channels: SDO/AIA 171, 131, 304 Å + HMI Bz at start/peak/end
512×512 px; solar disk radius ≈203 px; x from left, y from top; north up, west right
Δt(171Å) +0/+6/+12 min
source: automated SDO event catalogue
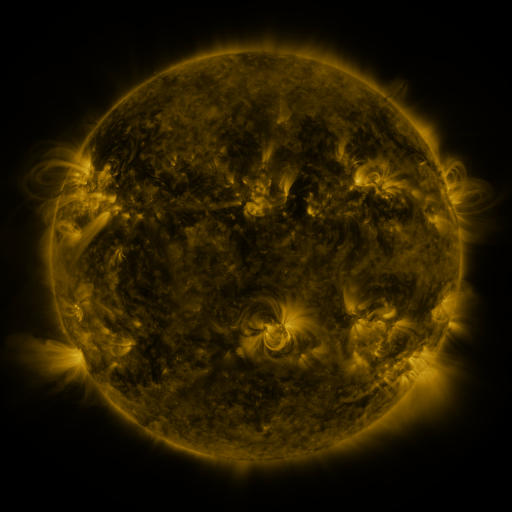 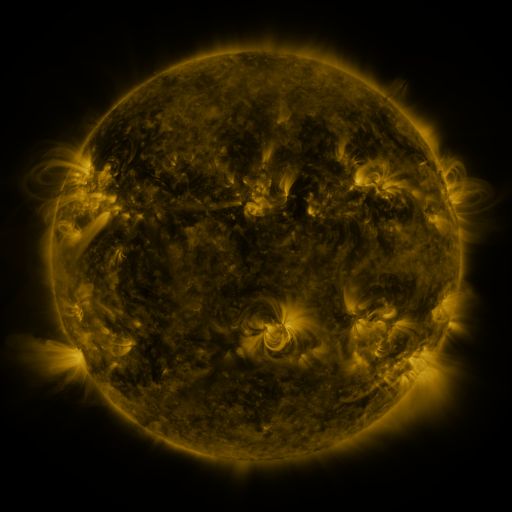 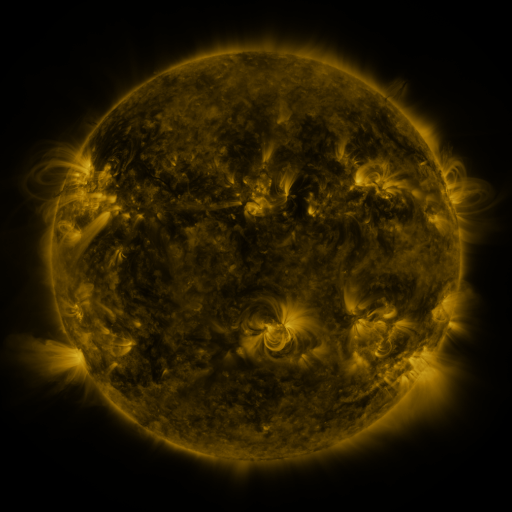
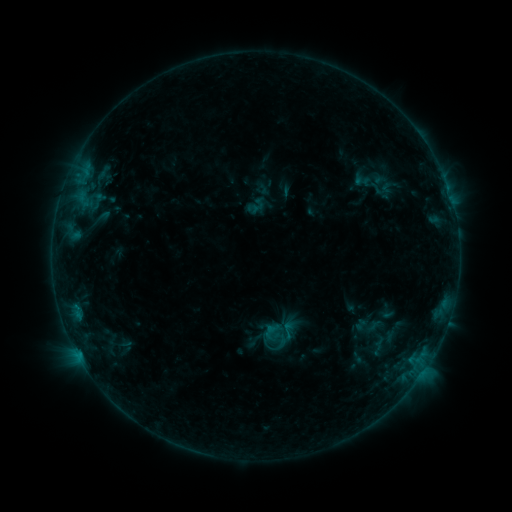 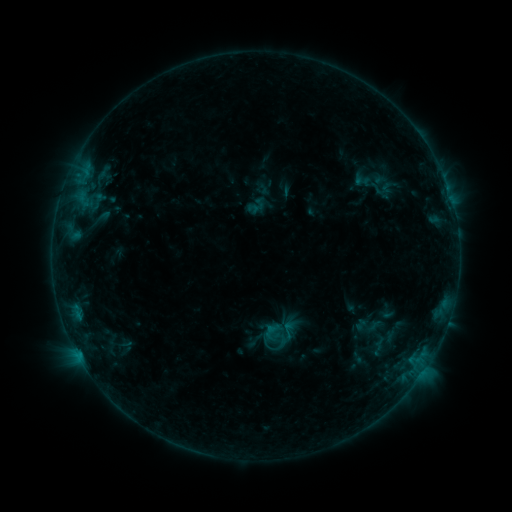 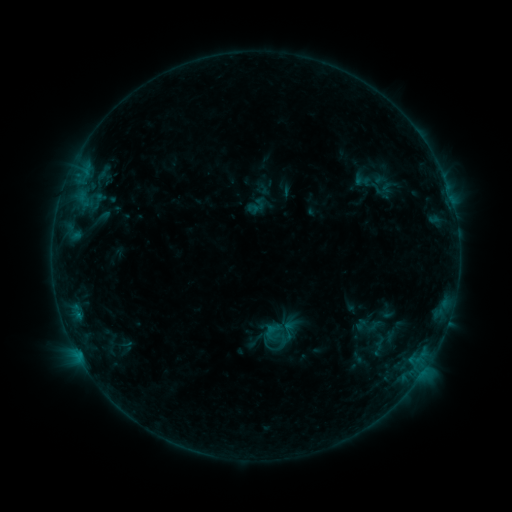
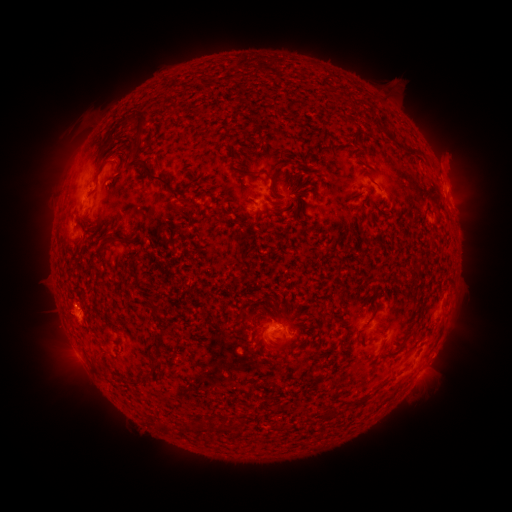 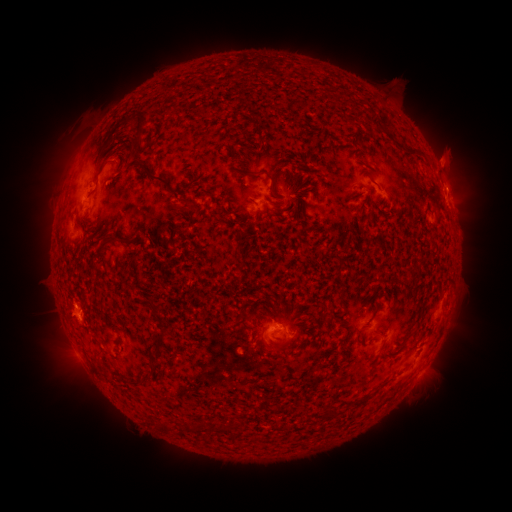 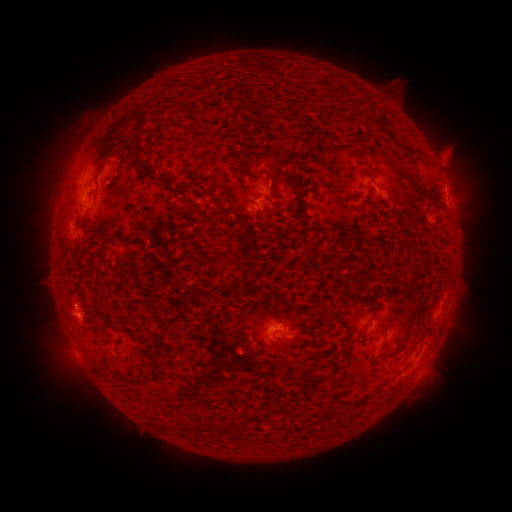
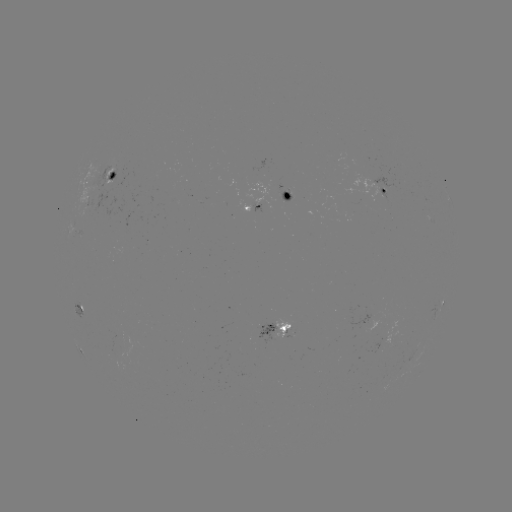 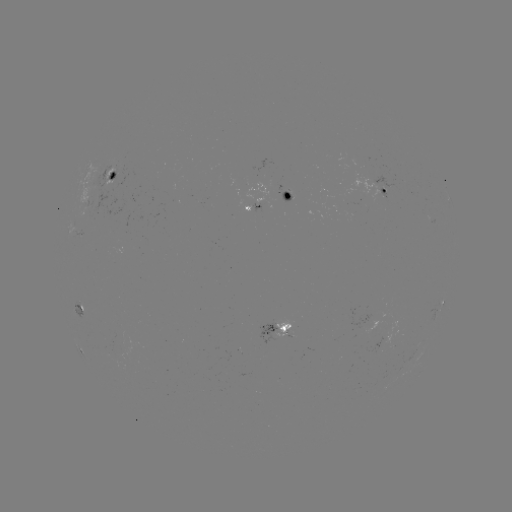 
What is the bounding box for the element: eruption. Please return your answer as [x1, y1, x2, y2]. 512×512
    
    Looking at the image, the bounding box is [431, 172, 480, 214].